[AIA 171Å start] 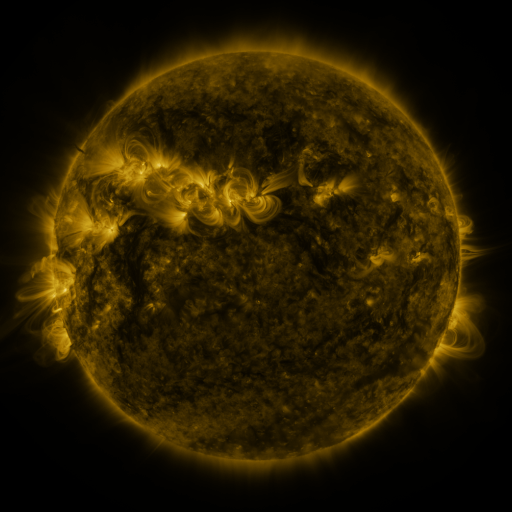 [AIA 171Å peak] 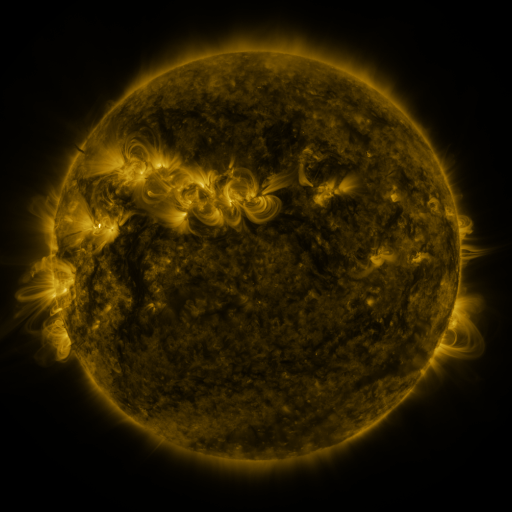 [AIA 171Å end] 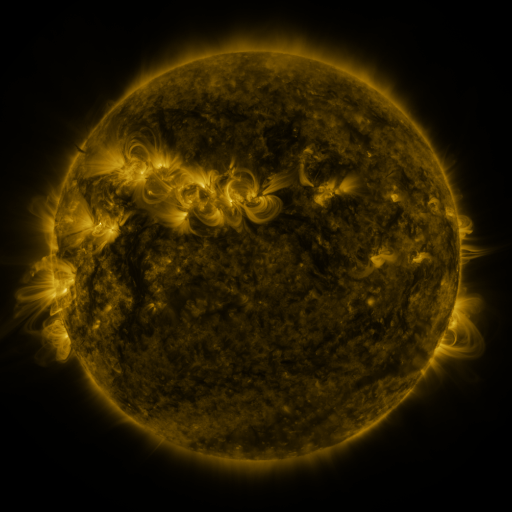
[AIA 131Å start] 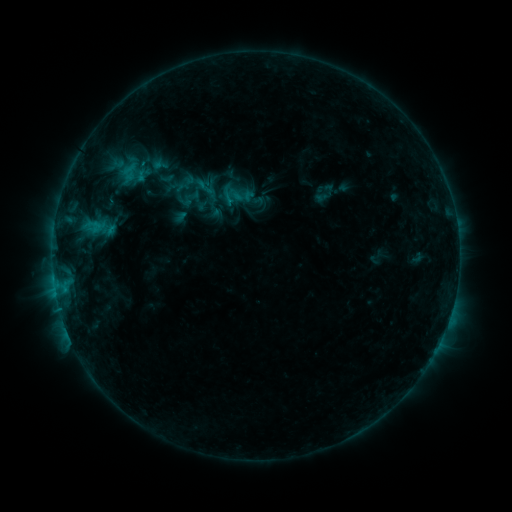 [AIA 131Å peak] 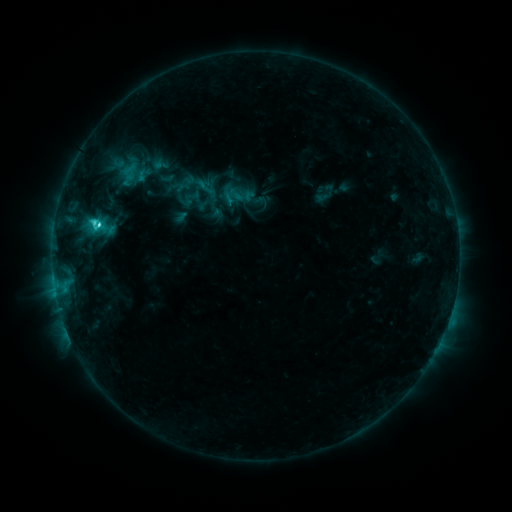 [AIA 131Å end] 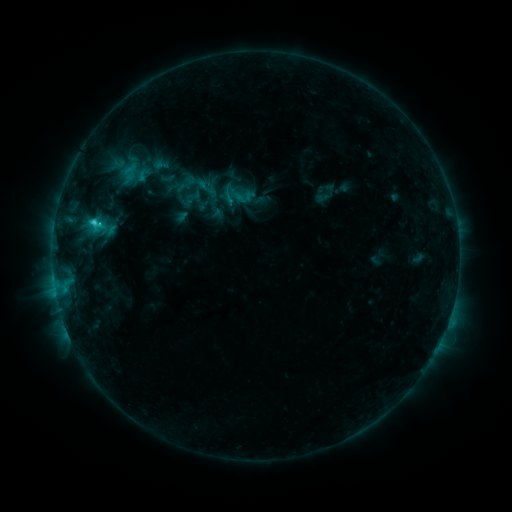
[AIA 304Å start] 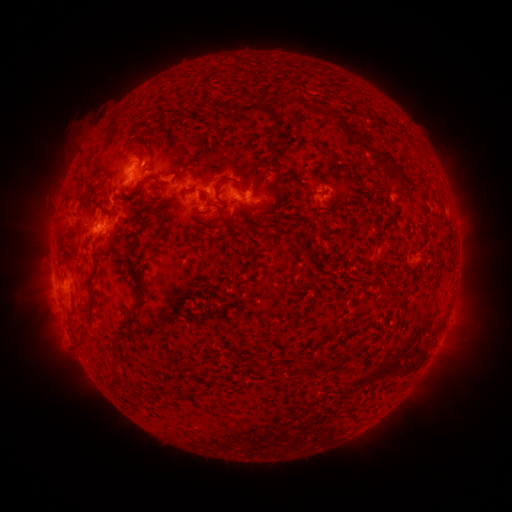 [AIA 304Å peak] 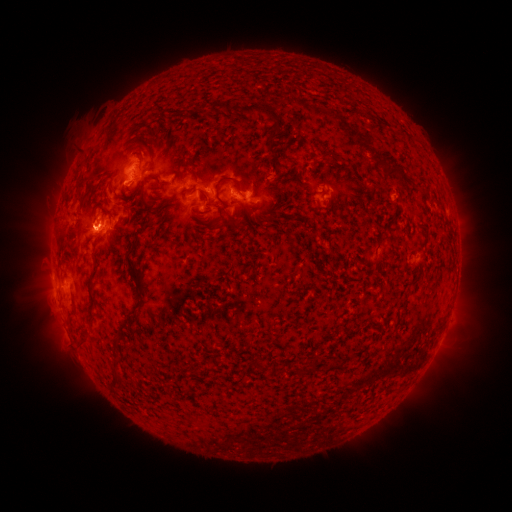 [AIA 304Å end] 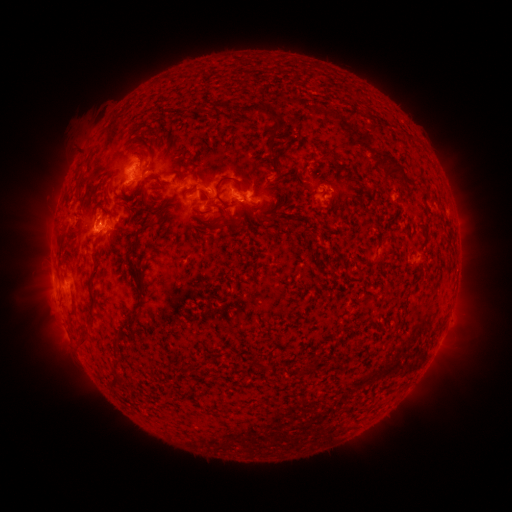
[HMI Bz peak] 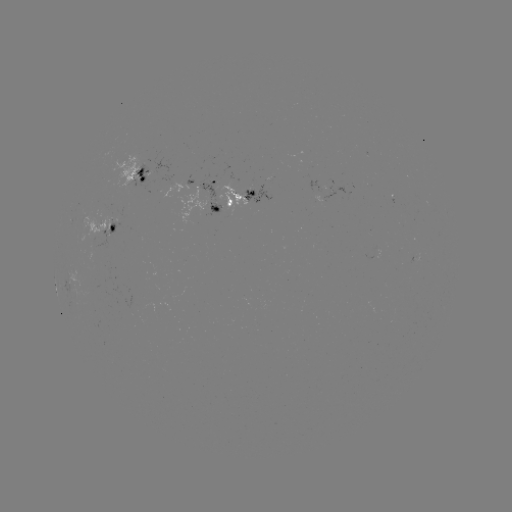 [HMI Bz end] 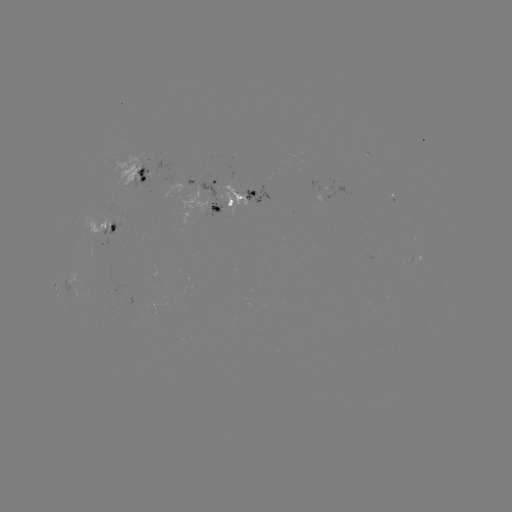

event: flare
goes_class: C3.3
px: (98, 226)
